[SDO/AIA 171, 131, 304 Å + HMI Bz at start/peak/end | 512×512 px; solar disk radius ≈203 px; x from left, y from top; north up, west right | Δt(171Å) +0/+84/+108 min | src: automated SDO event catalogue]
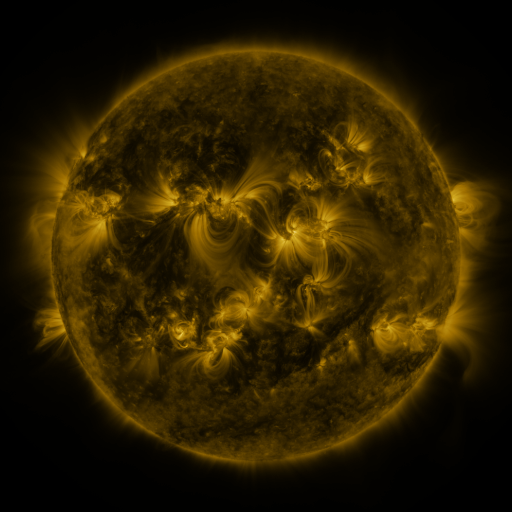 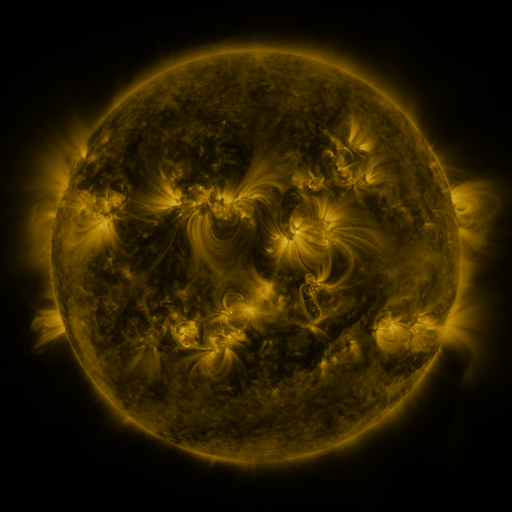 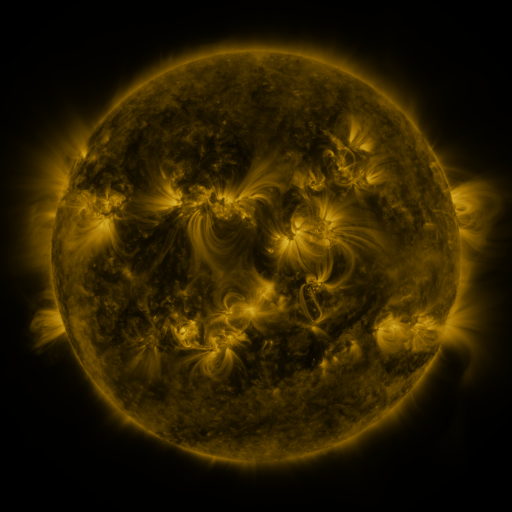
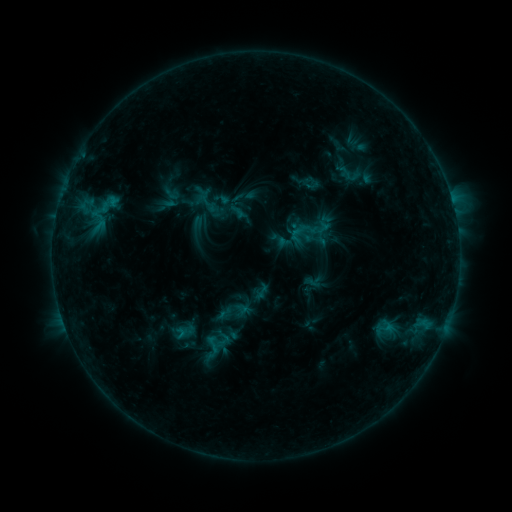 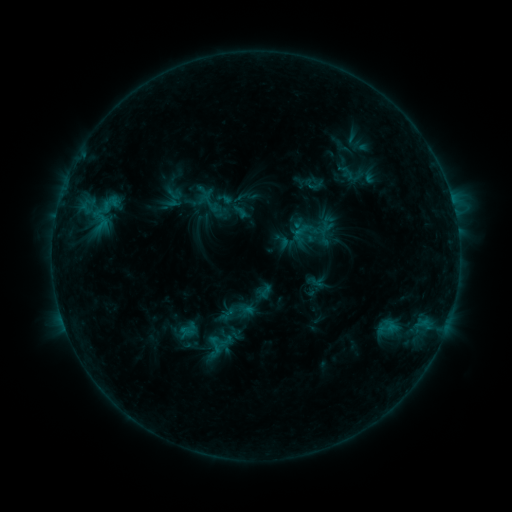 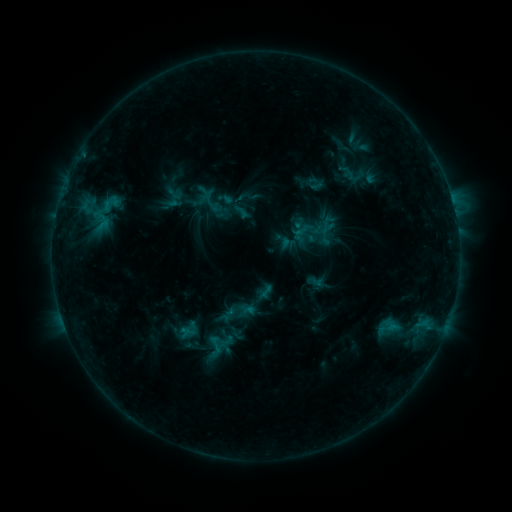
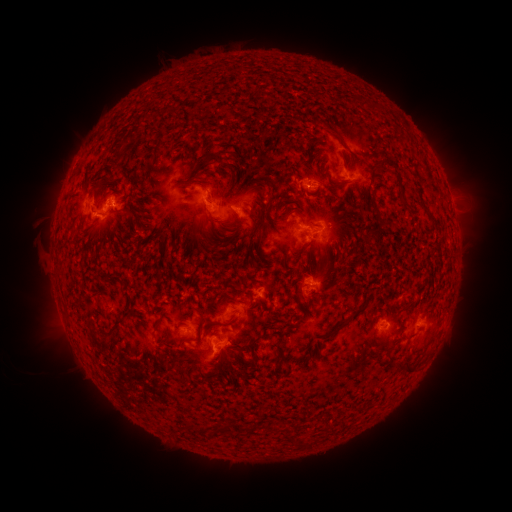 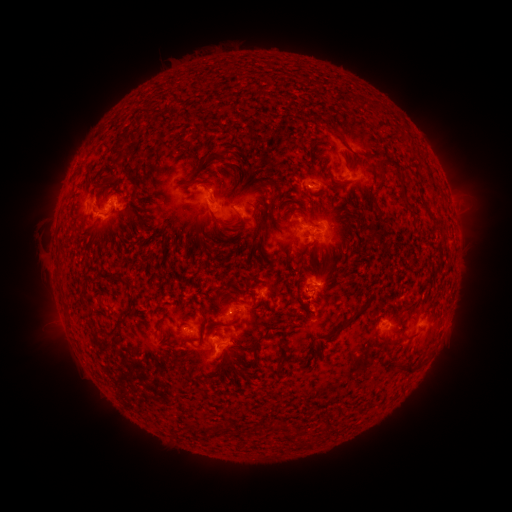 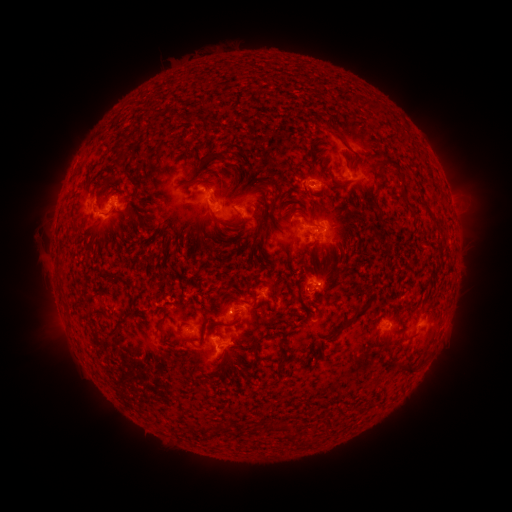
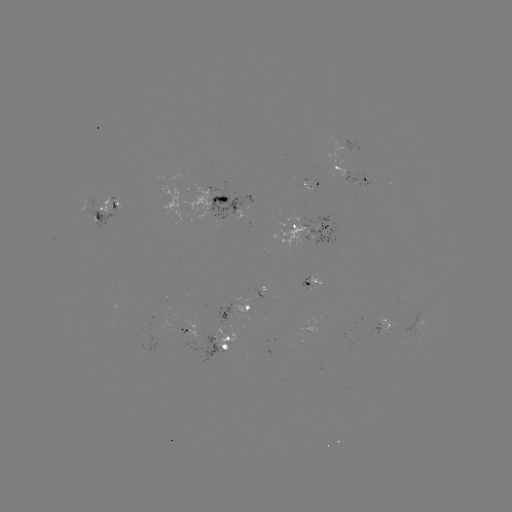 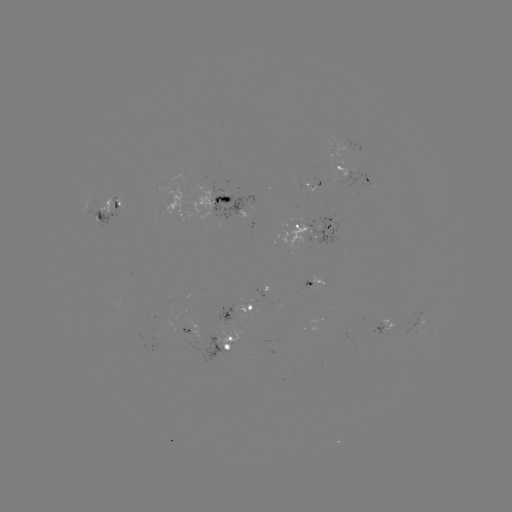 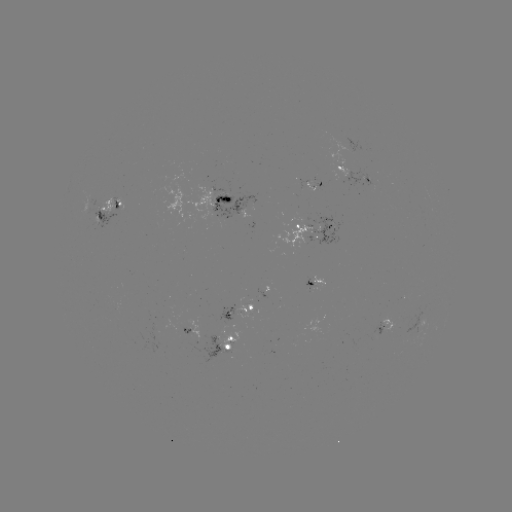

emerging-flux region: [304, 279, 317, 291]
